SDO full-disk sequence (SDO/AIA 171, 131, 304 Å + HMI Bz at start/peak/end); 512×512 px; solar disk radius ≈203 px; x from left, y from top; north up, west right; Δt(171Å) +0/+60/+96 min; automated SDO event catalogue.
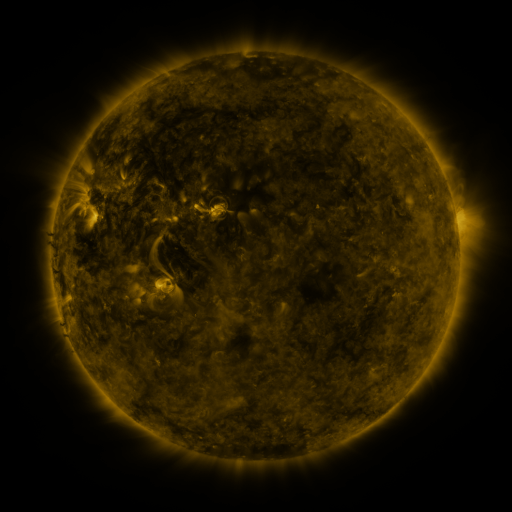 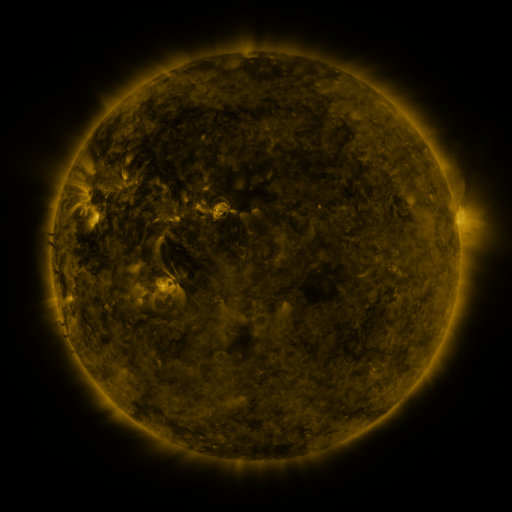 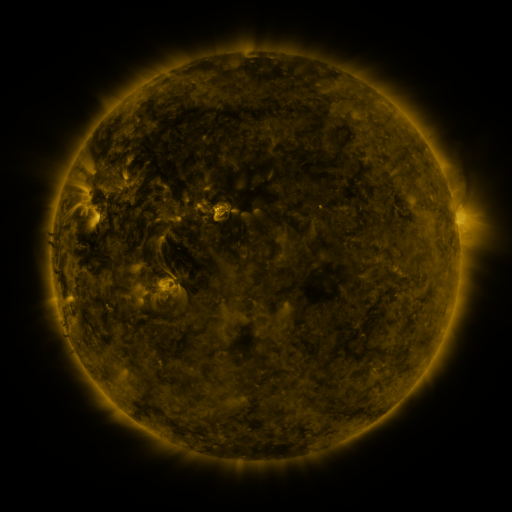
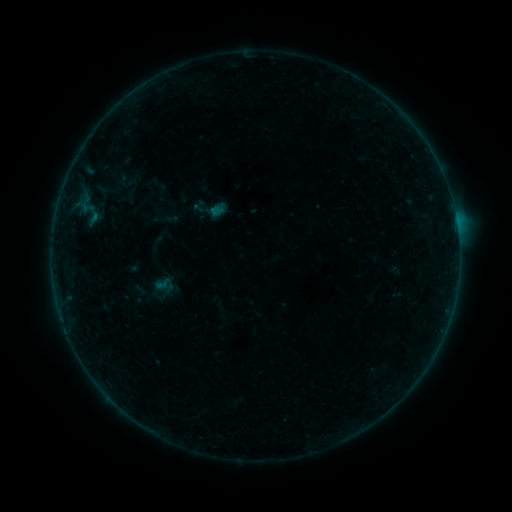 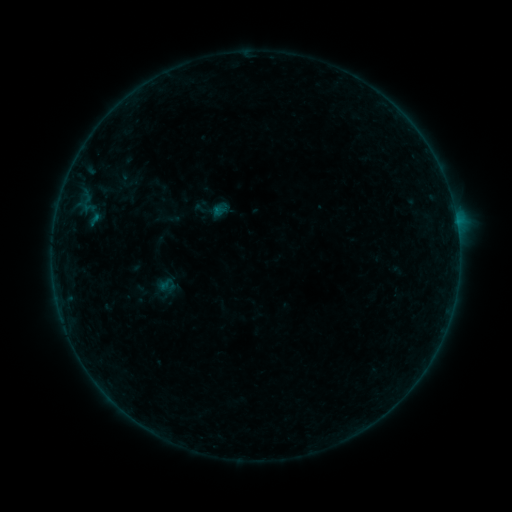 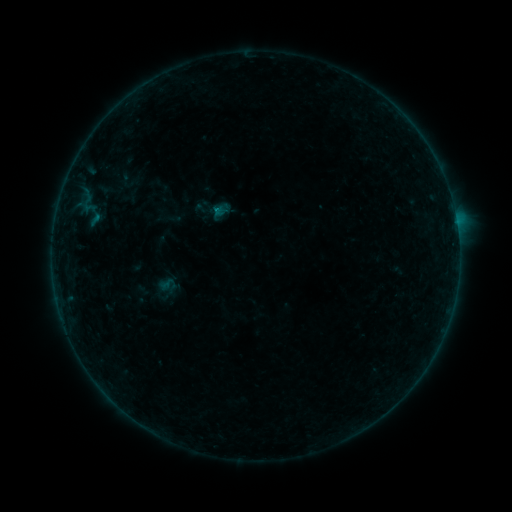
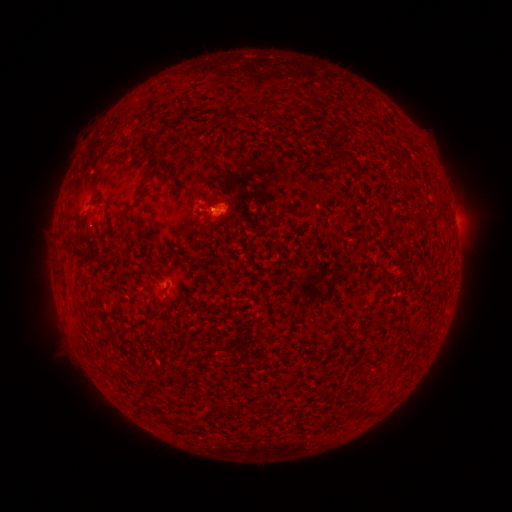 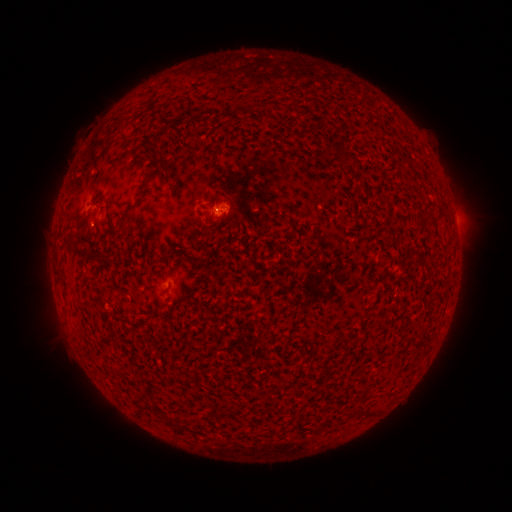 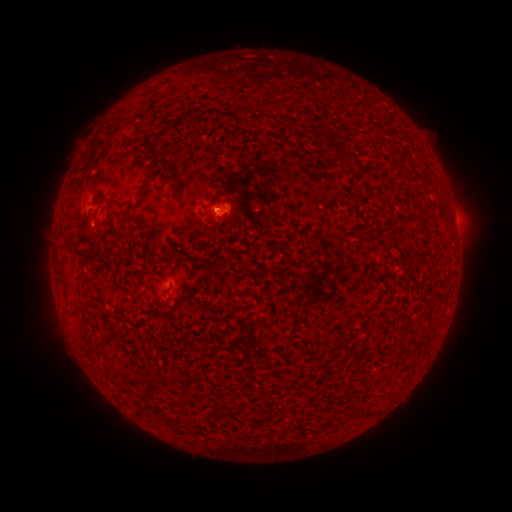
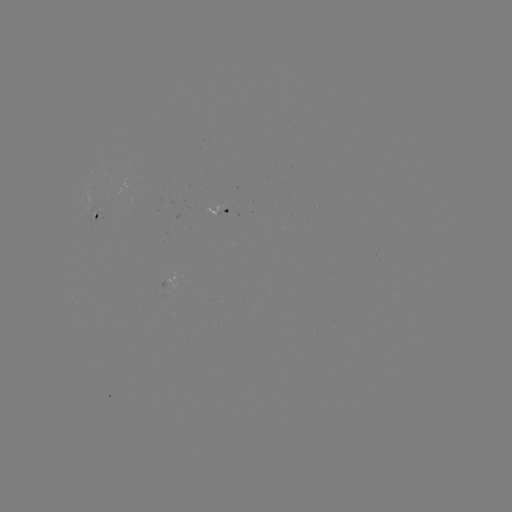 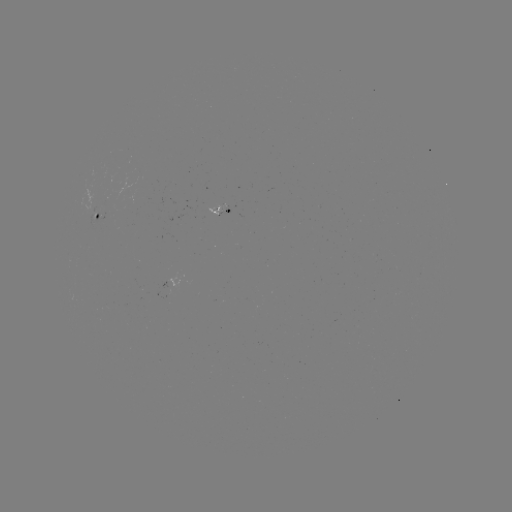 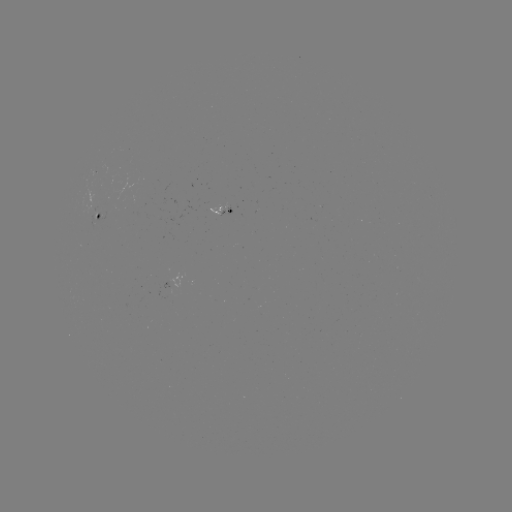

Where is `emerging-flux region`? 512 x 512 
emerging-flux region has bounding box [203, 202, 225, 215].